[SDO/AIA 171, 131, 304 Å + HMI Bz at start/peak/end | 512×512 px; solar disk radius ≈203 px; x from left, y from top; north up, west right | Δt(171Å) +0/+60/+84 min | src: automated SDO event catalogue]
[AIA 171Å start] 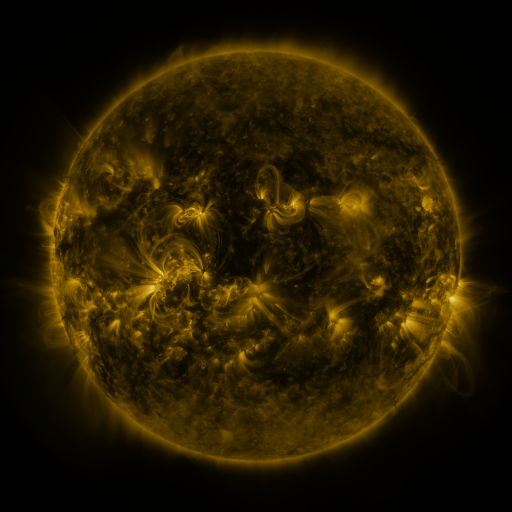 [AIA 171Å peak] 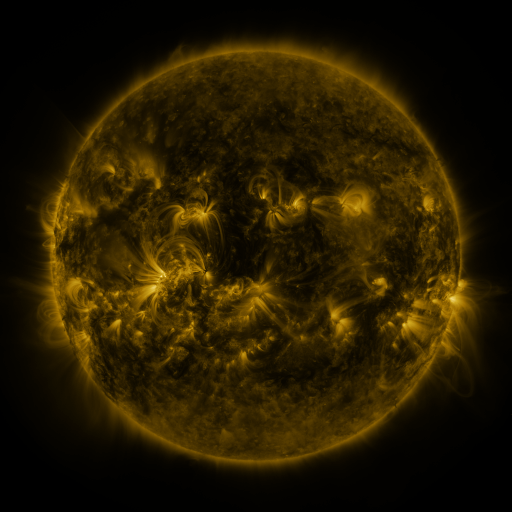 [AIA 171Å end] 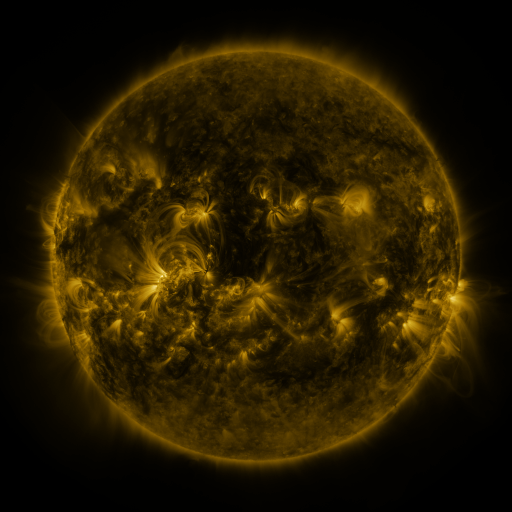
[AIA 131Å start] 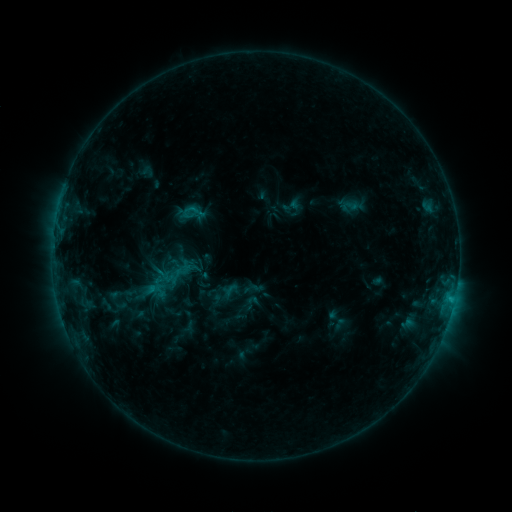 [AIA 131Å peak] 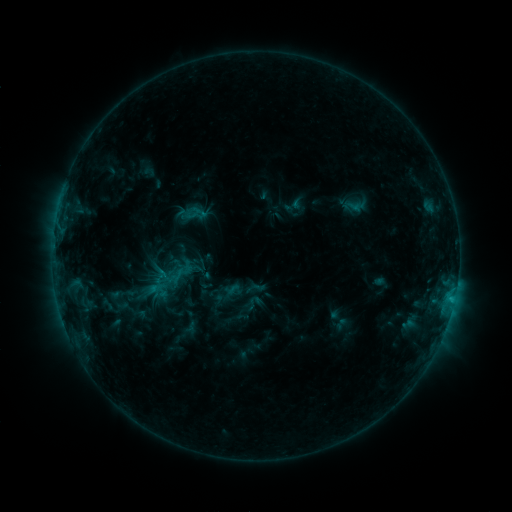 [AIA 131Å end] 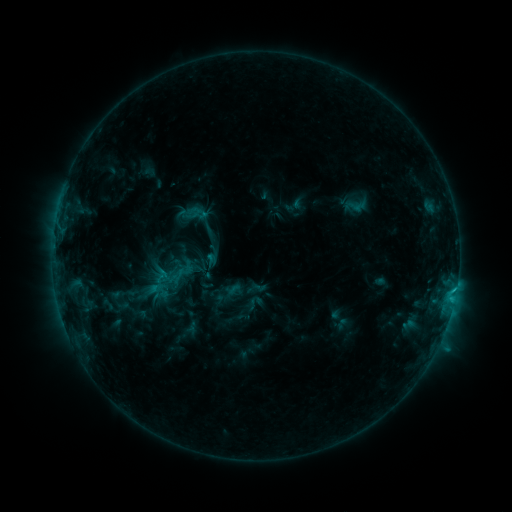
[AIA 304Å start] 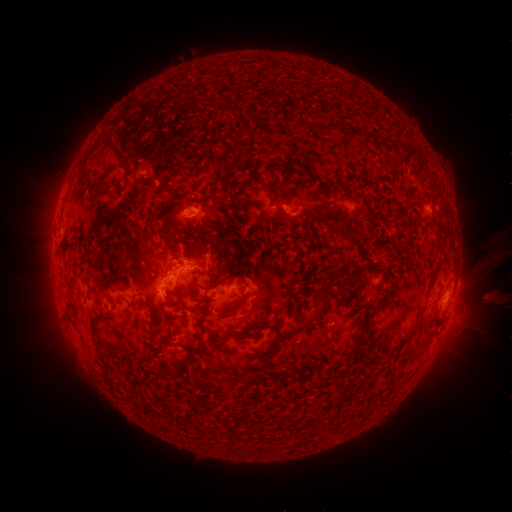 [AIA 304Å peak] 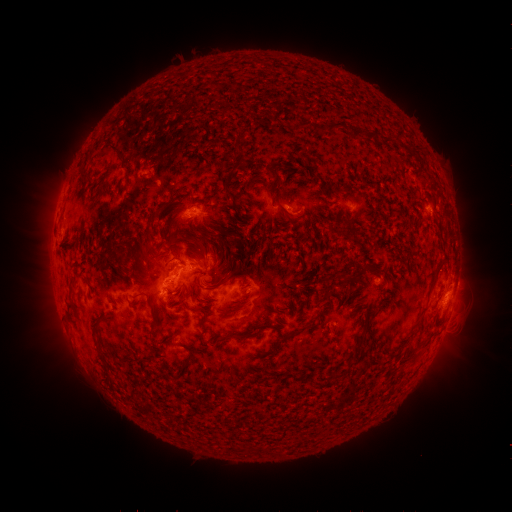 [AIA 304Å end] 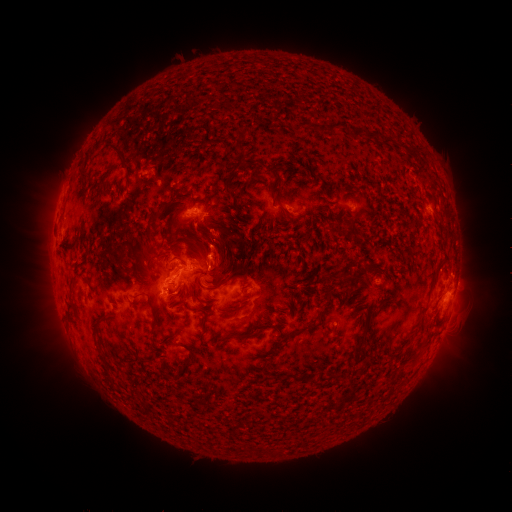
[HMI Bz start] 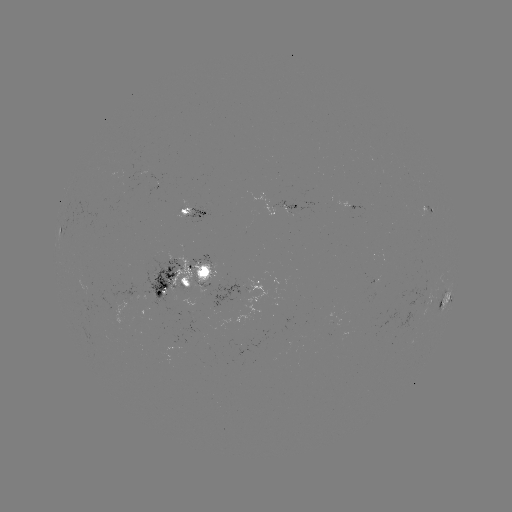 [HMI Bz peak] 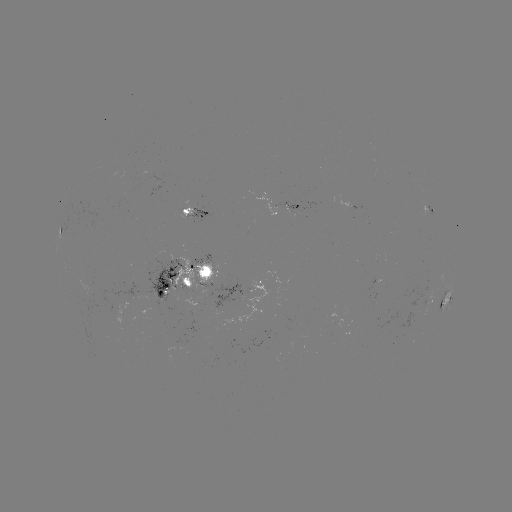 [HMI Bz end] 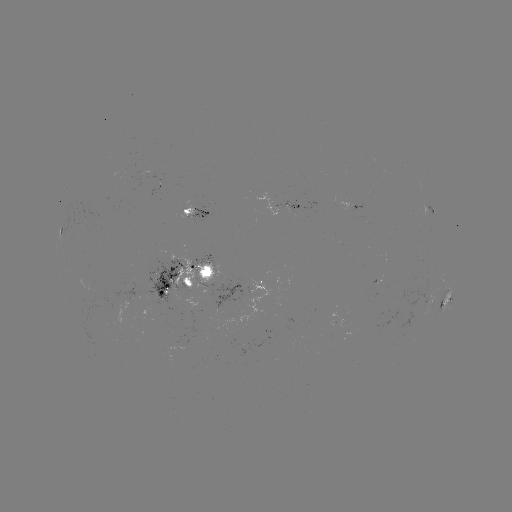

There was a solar emerging-flux region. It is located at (153, 175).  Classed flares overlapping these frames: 2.